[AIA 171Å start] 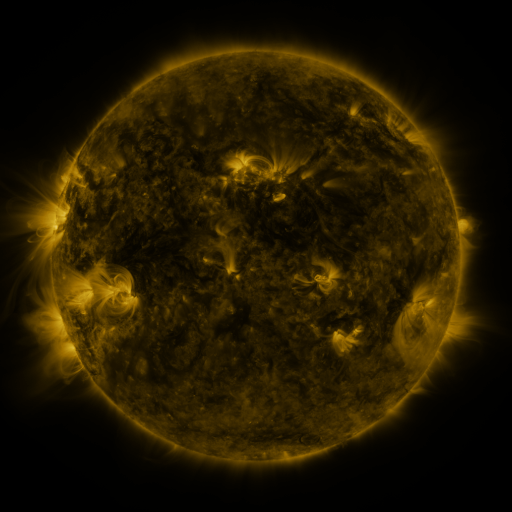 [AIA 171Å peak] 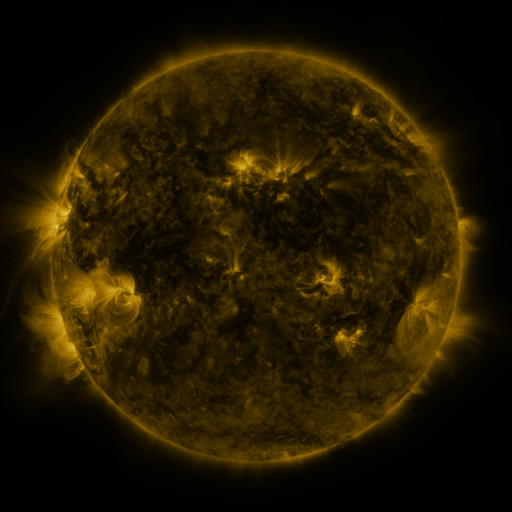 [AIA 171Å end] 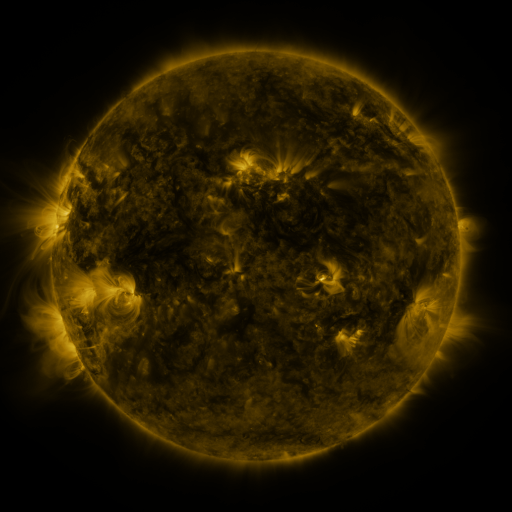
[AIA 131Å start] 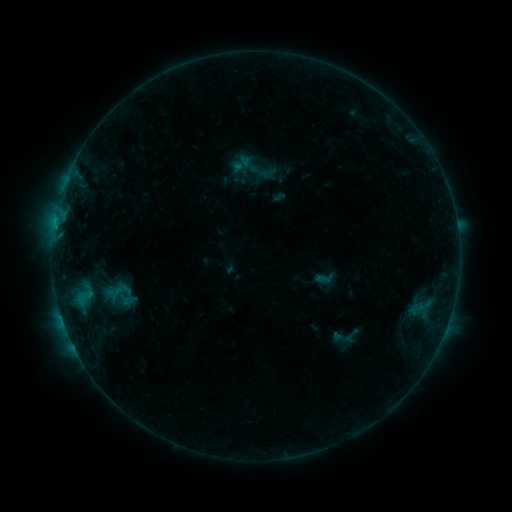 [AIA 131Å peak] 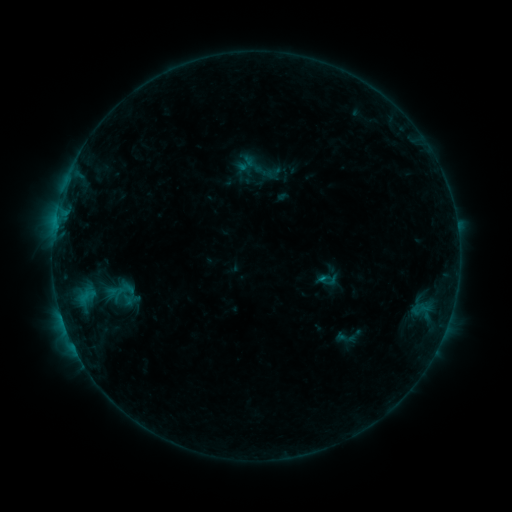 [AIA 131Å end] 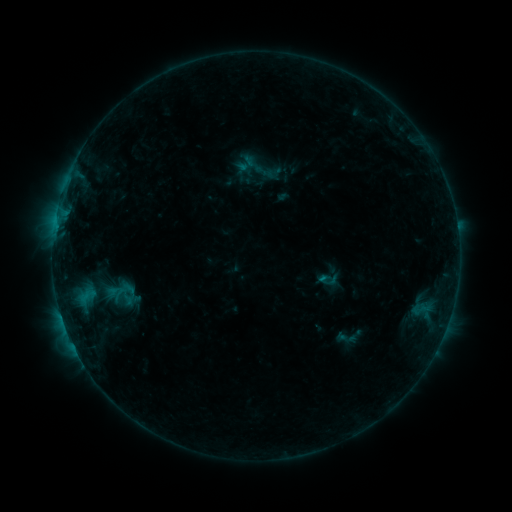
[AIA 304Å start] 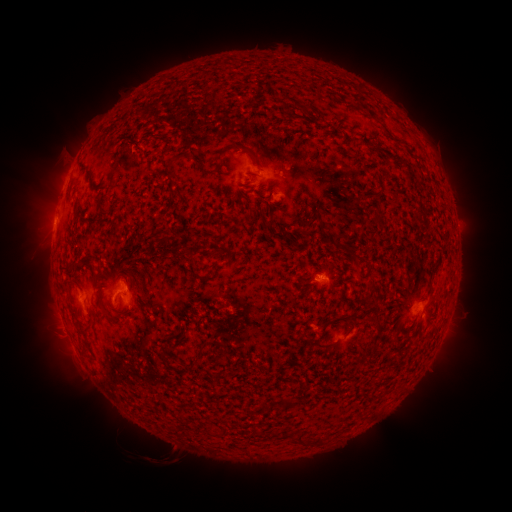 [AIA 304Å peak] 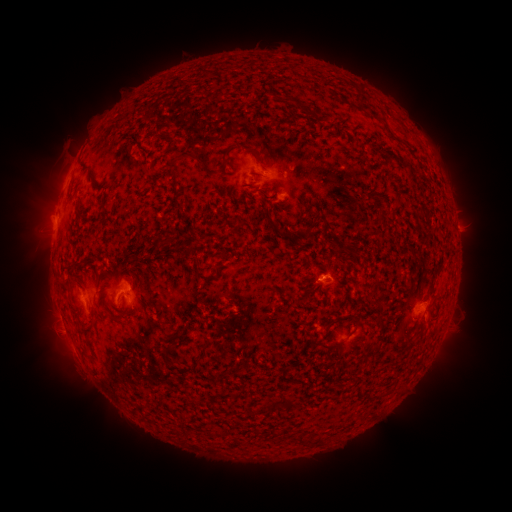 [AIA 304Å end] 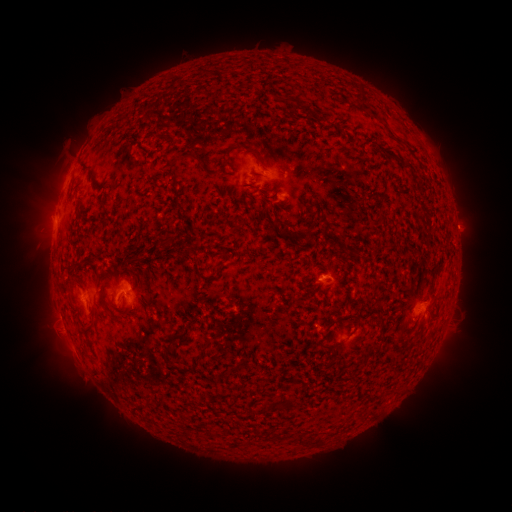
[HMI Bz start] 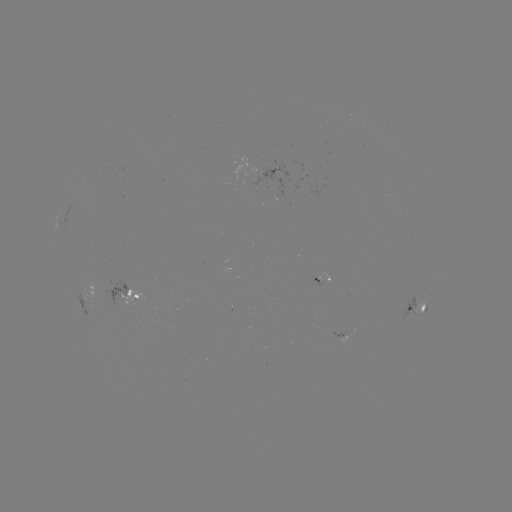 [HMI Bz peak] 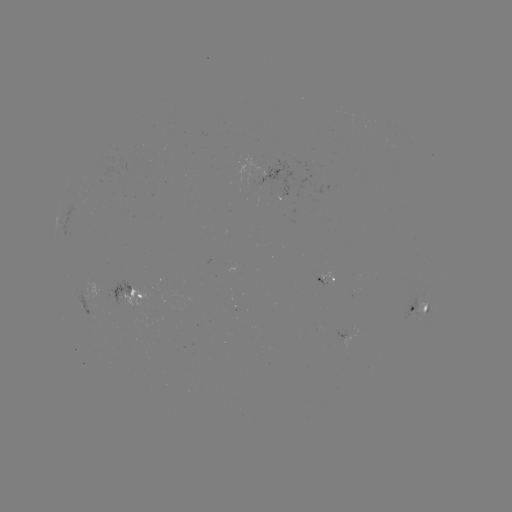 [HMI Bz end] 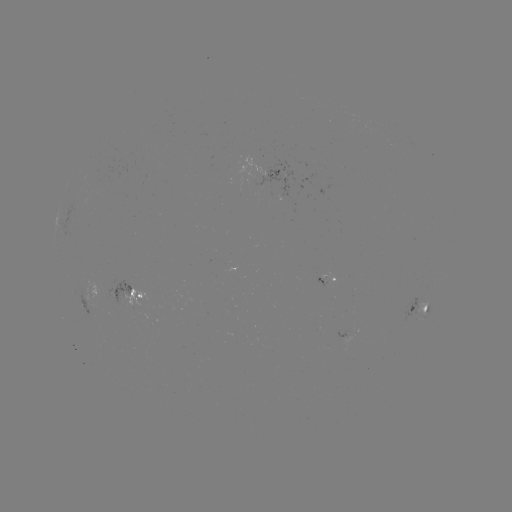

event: emerging-flux region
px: (263, 179)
